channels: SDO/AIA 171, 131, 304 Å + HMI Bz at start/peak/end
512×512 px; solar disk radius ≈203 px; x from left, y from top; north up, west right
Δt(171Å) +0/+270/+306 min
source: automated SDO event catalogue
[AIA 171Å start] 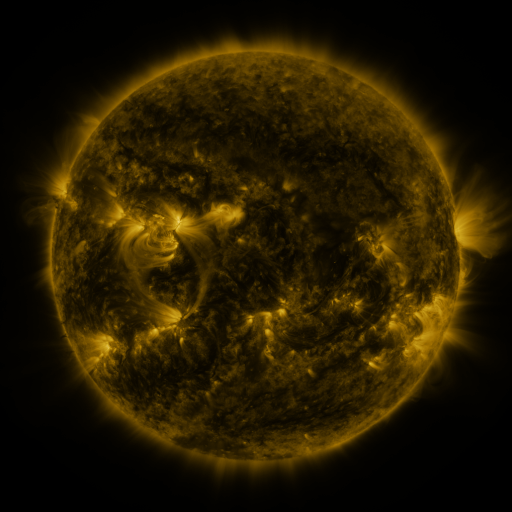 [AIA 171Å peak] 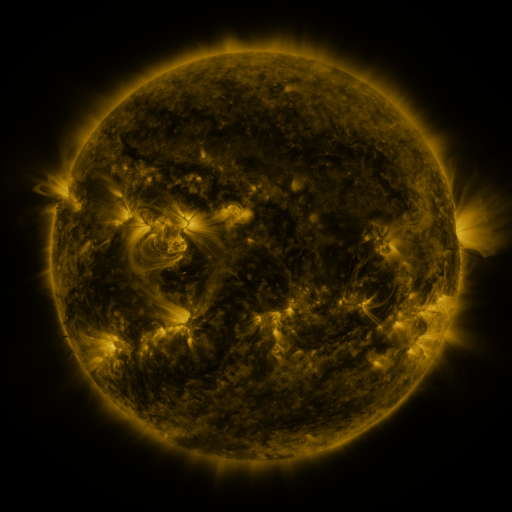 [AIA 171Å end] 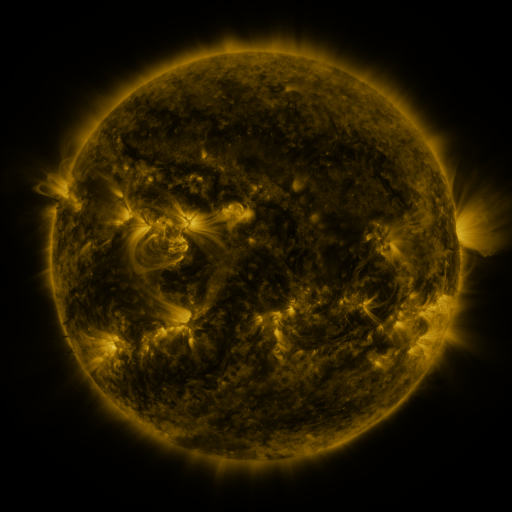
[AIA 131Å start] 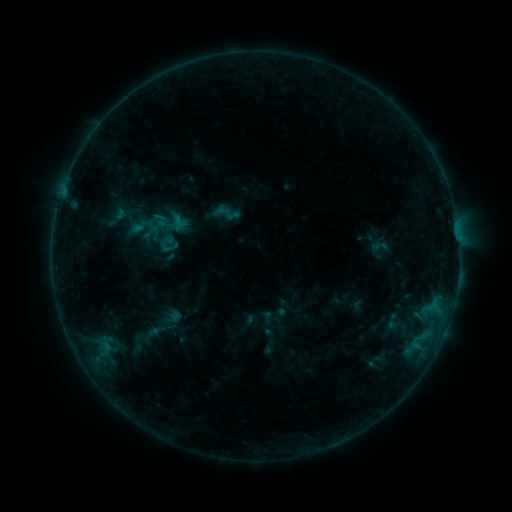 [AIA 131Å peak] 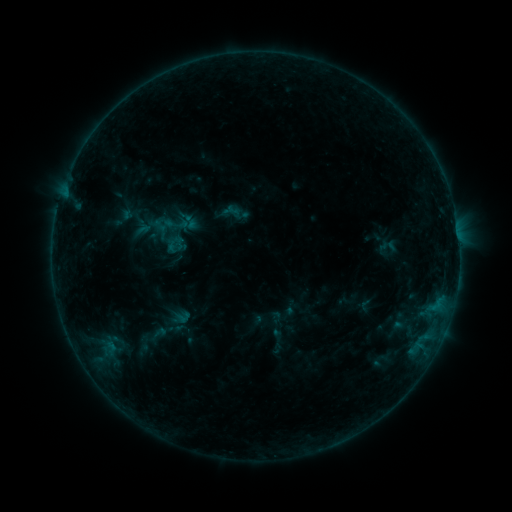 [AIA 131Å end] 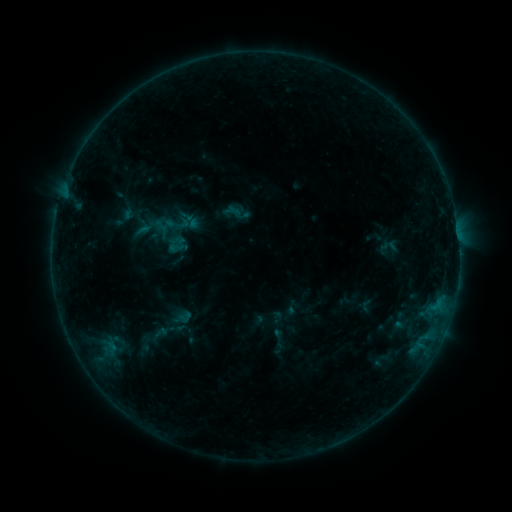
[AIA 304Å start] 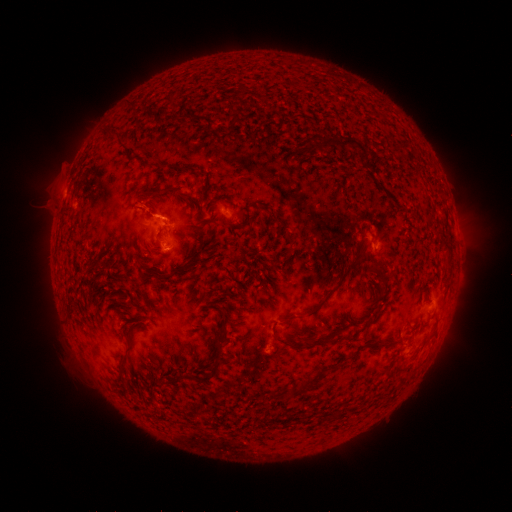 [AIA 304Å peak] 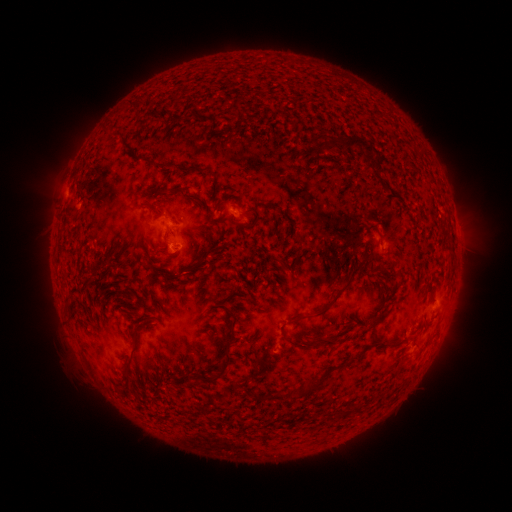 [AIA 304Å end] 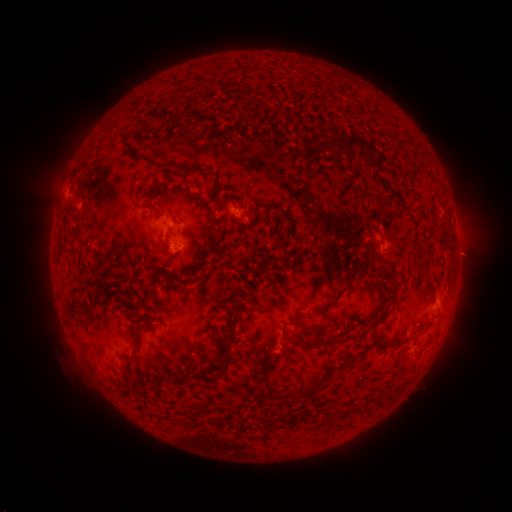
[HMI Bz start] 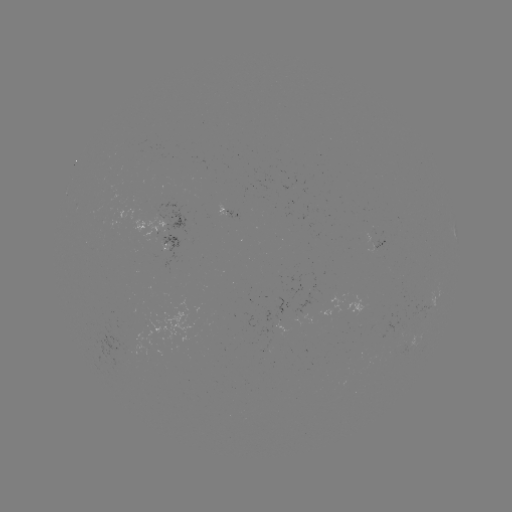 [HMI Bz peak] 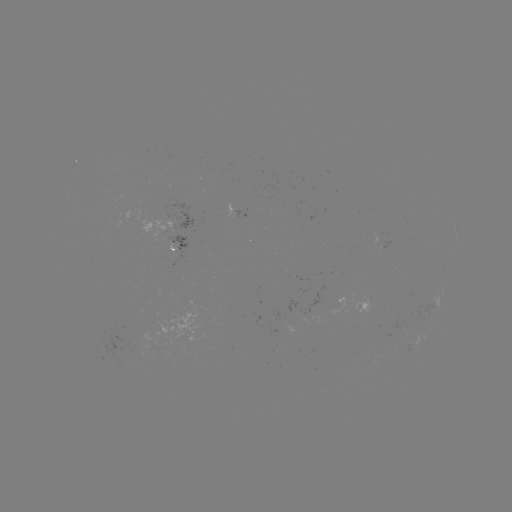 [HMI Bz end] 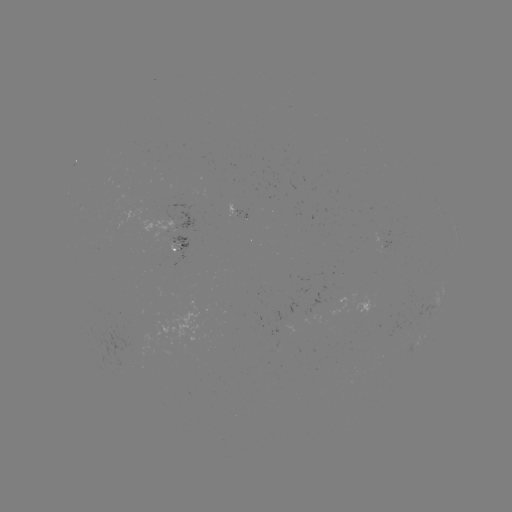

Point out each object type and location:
emerging-flux region: (169, 240)
